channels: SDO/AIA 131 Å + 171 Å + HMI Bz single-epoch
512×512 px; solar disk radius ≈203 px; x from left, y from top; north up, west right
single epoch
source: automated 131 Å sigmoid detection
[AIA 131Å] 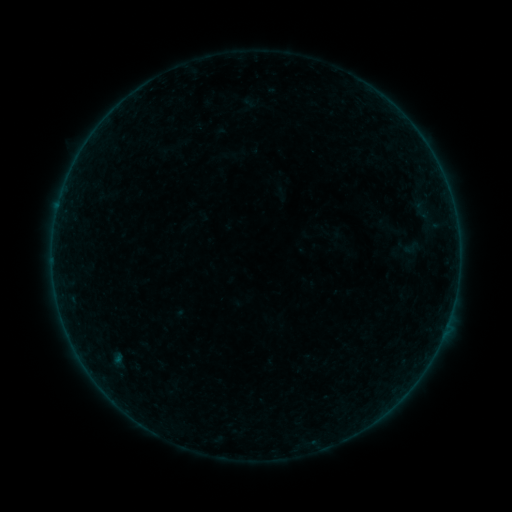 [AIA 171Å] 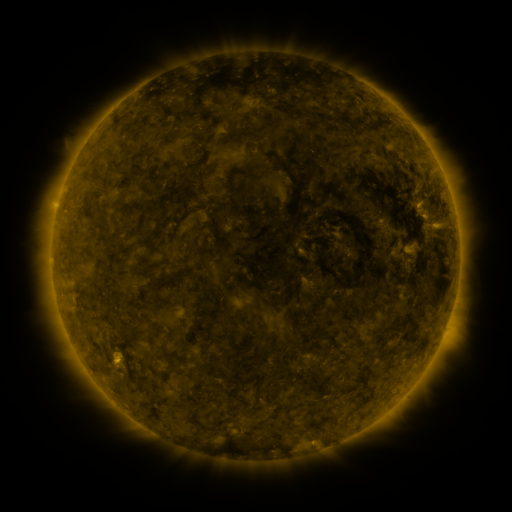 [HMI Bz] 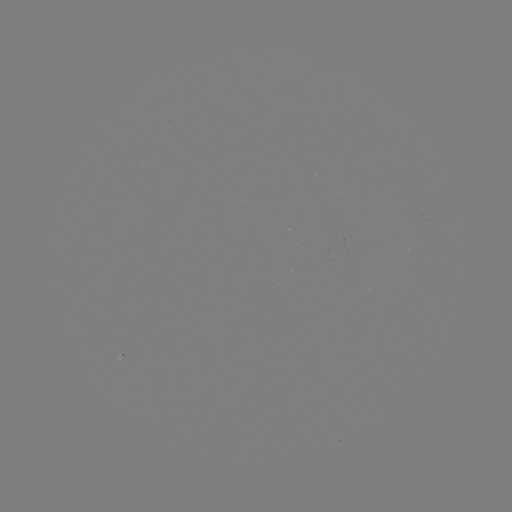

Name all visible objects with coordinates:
sigmoid: (402, 239, 420, 256)
